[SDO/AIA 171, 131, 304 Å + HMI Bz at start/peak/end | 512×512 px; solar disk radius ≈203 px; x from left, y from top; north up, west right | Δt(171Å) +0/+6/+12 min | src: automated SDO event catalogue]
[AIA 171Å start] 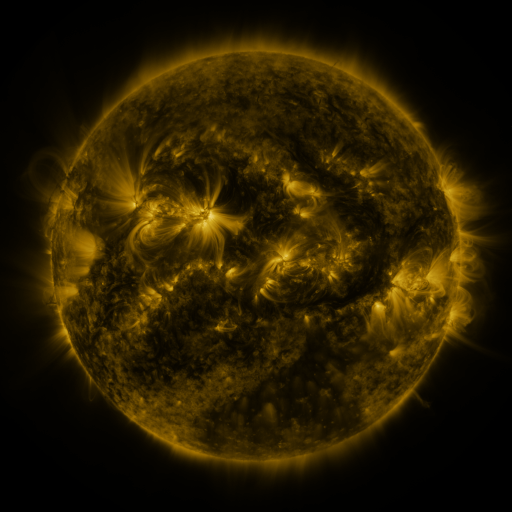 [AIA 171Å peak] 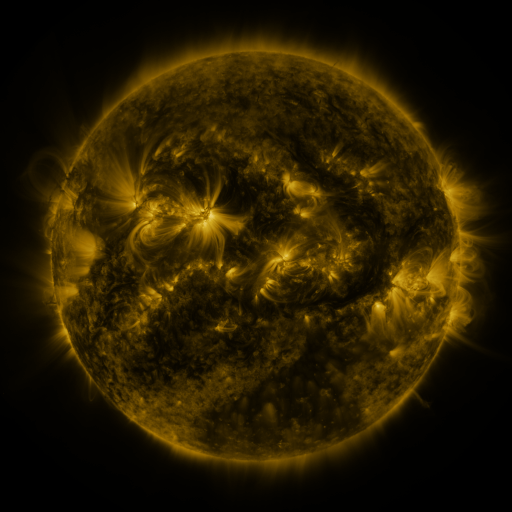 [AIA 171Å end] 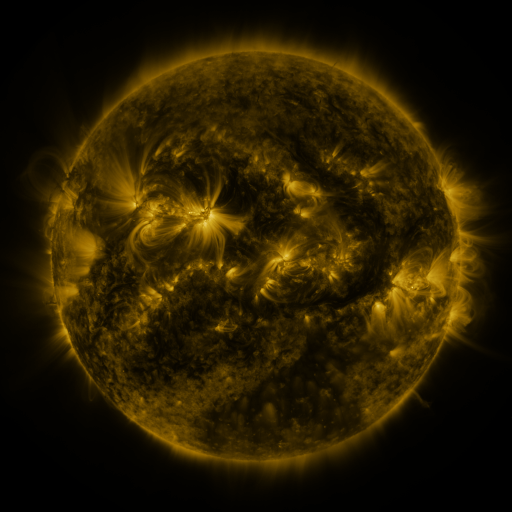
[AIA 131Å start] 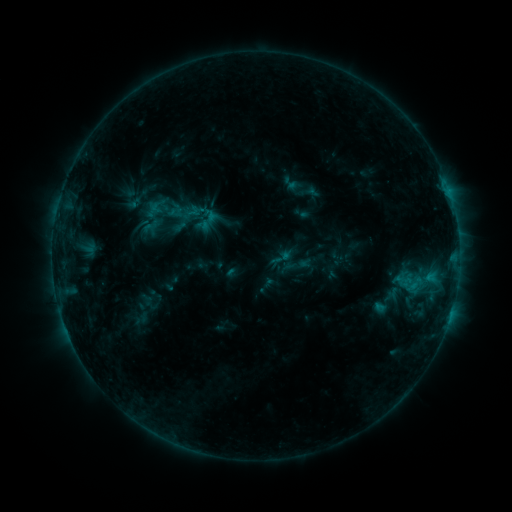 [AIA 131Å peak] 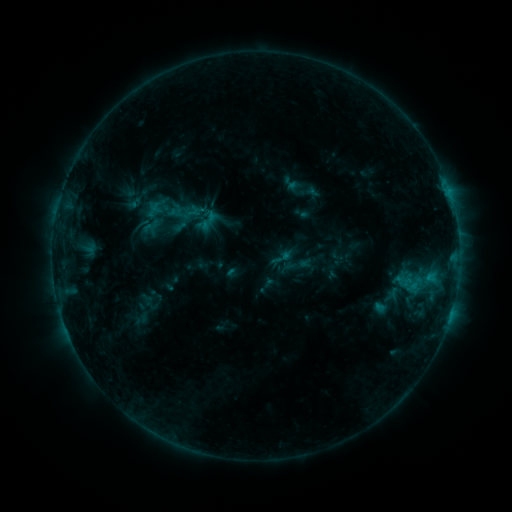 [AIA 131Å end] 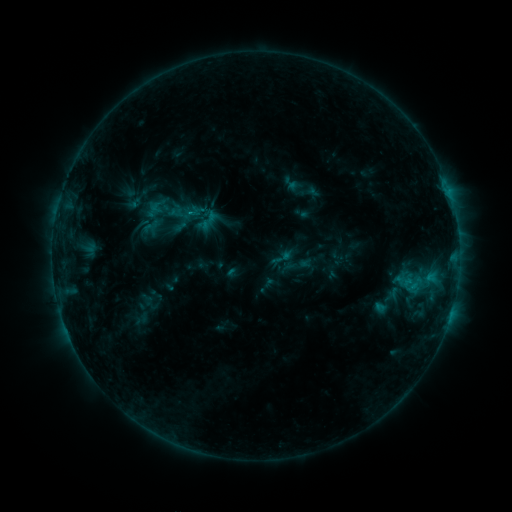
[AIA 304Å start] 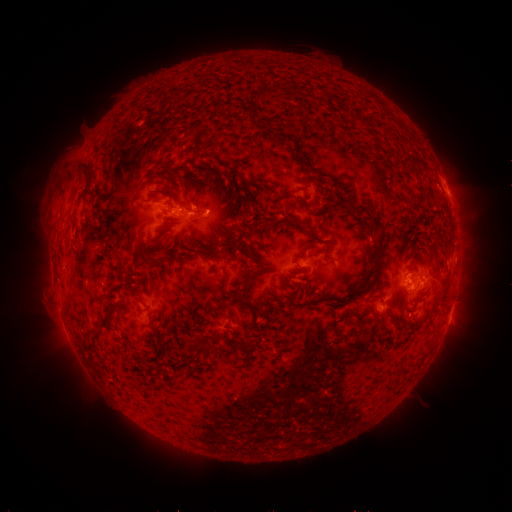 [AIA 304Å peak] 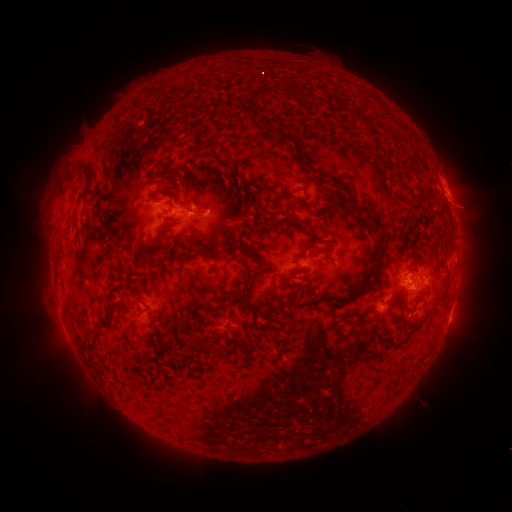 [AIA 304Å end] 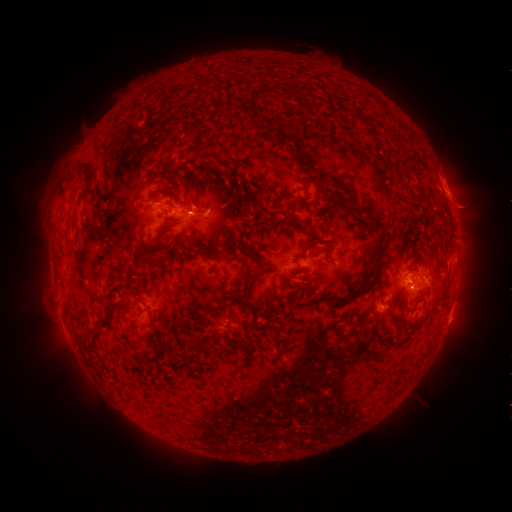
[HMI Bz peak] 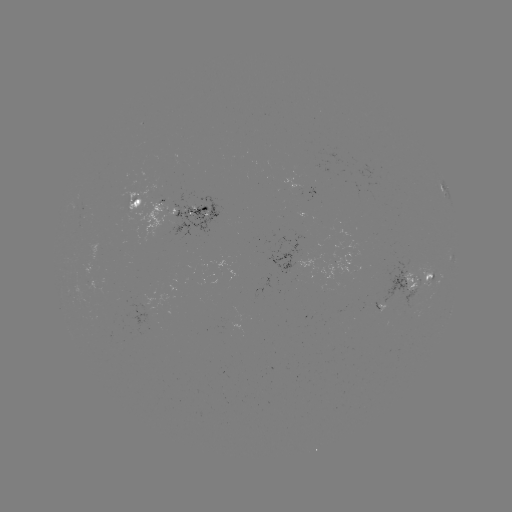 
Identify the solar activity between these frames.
eruption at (466, 209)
